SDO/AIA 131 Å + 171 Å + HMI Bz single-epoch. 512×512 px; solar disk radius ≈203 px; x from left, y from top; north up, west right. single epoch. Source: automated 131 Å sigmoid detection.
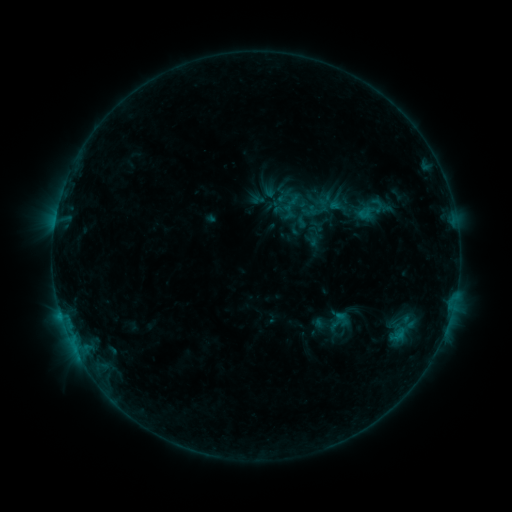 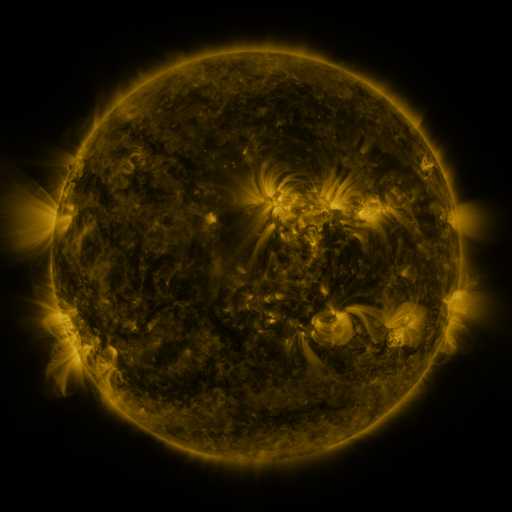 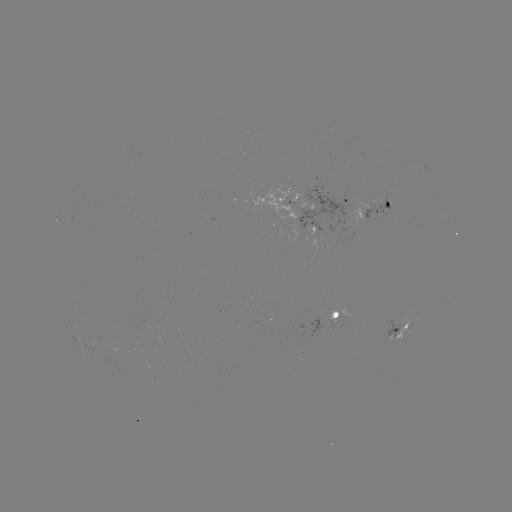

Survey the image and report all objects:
sigmoid: (349, 192, 395, 228)
